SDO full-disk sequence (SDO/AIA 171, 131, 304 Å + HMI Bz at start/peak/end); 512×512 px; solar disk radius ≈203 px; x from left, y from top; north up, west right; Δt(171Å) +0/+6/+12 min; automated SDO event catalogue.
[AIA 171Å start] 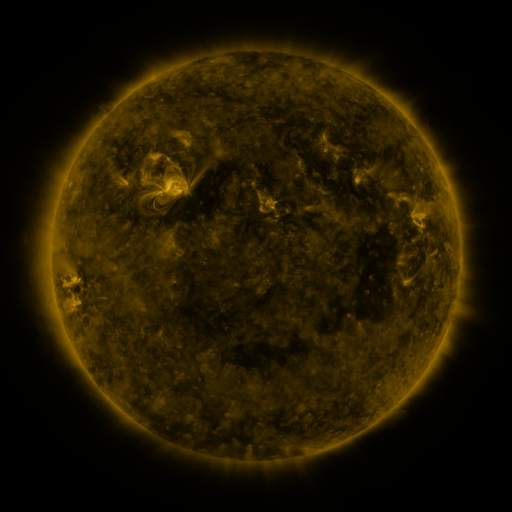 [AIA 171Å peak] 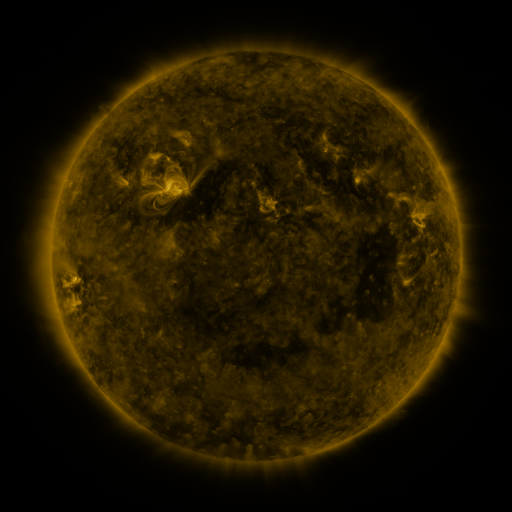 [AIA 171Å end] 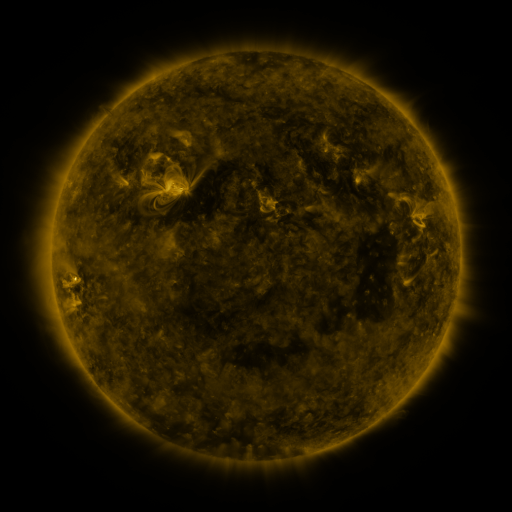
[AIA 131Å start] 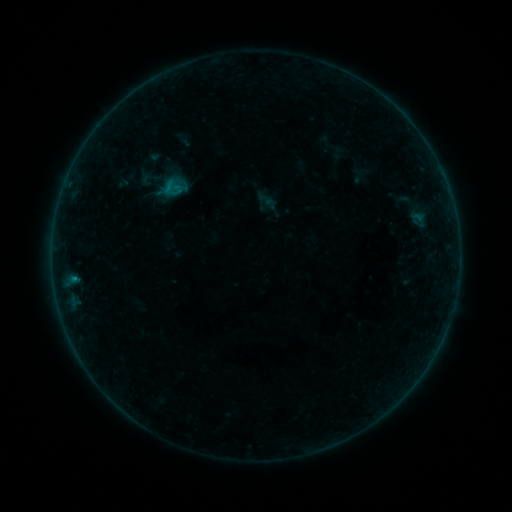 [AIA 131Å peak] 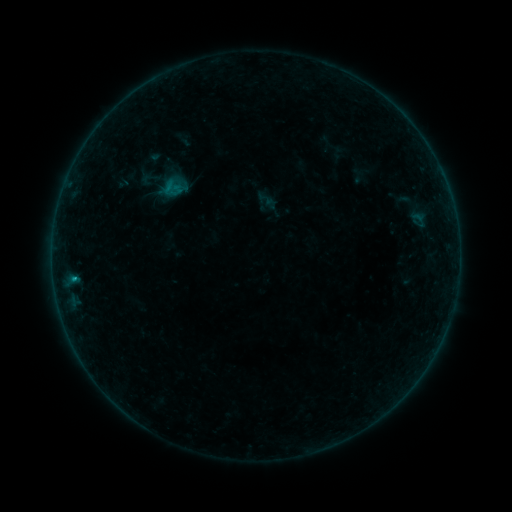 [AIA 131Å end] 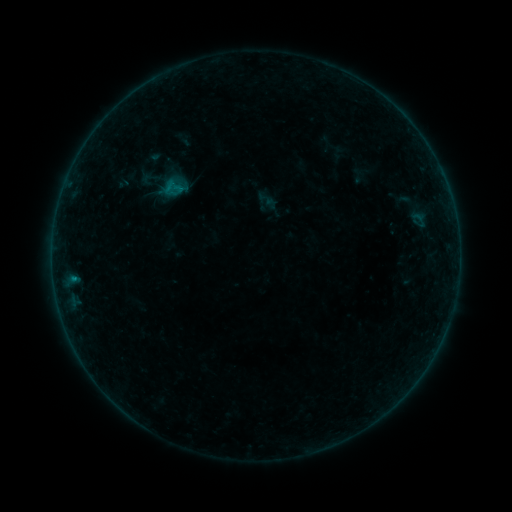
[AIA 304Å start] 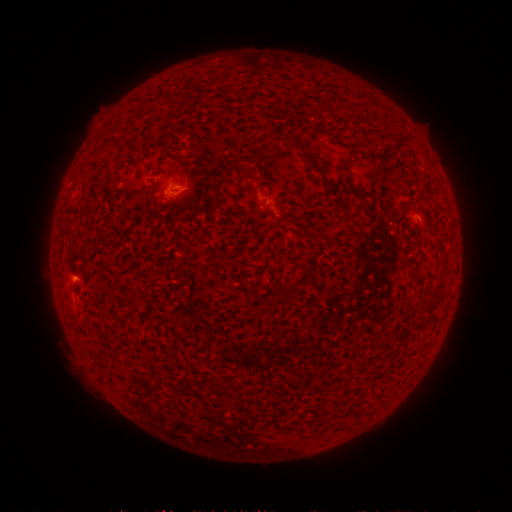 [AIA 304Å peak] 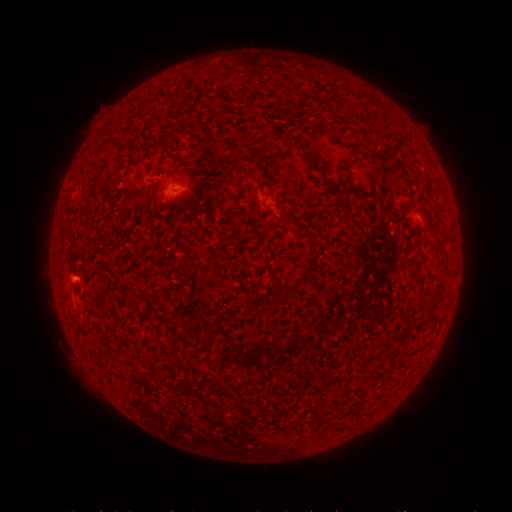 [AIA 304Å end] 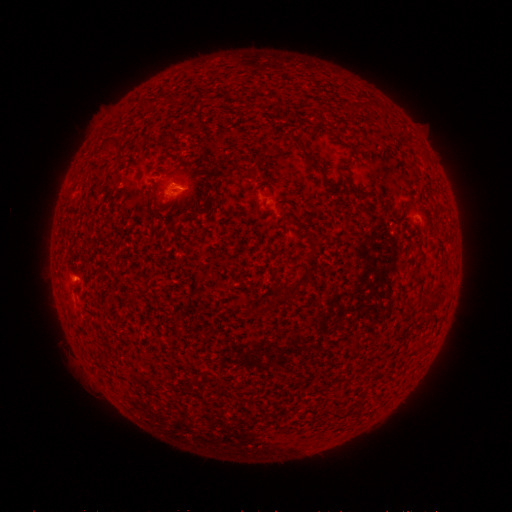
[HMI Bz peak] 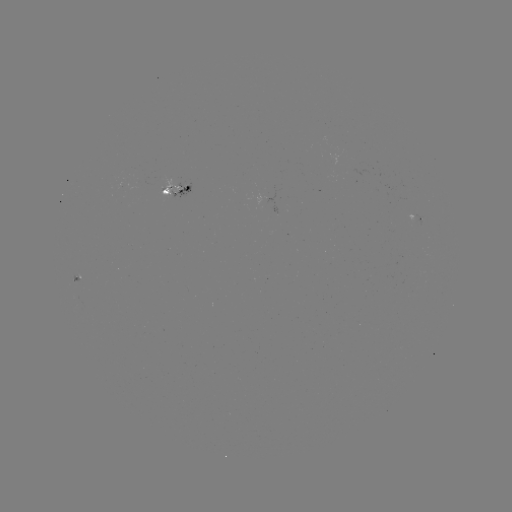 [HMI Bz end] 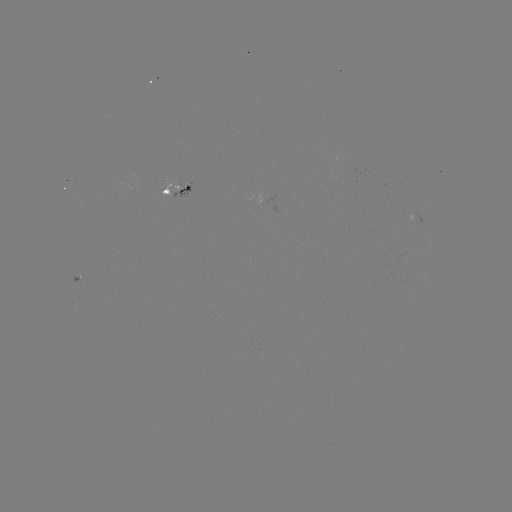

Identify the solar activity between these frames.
B4.6 flare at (75, 277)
